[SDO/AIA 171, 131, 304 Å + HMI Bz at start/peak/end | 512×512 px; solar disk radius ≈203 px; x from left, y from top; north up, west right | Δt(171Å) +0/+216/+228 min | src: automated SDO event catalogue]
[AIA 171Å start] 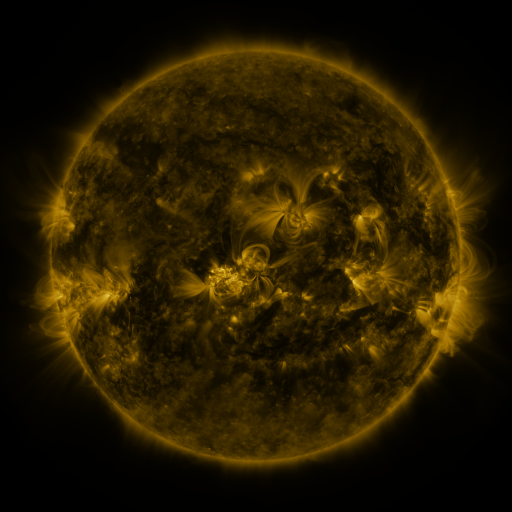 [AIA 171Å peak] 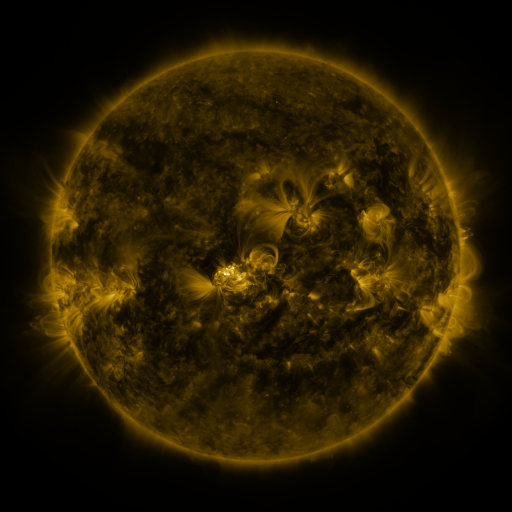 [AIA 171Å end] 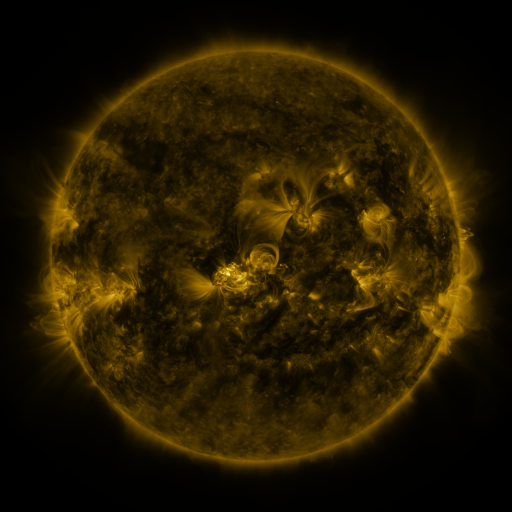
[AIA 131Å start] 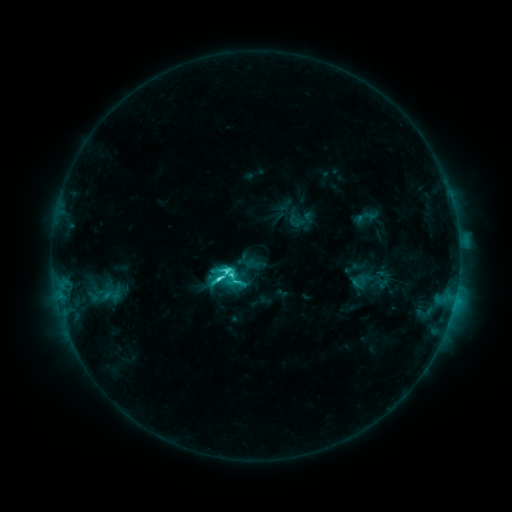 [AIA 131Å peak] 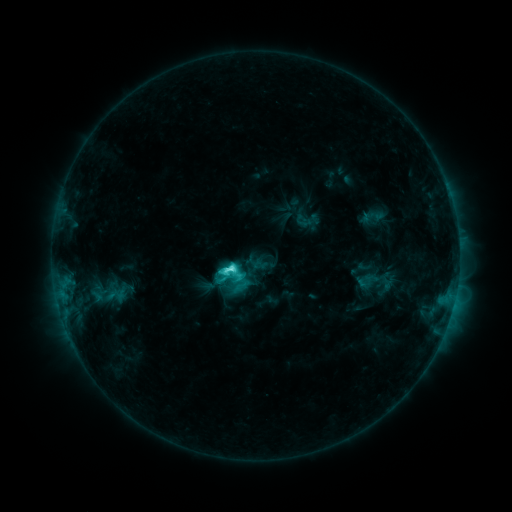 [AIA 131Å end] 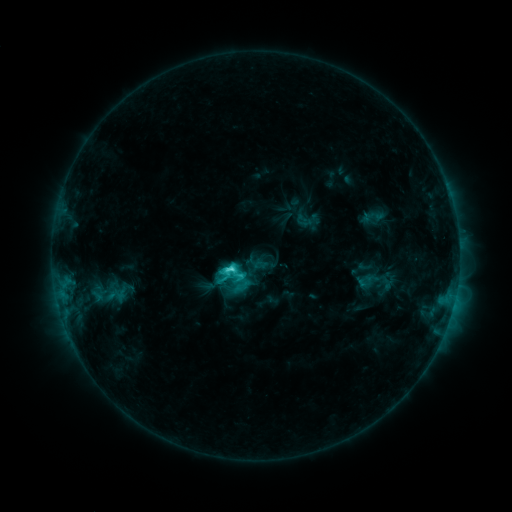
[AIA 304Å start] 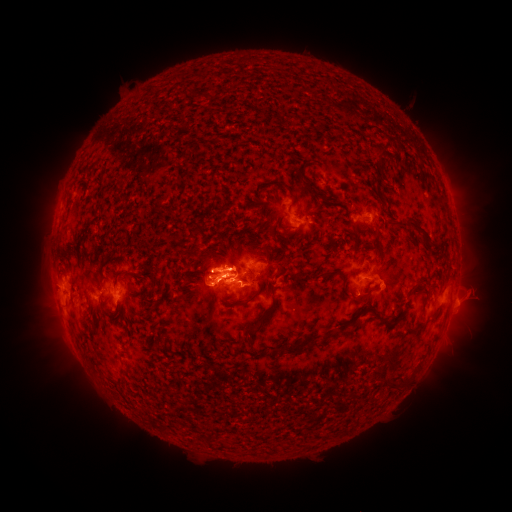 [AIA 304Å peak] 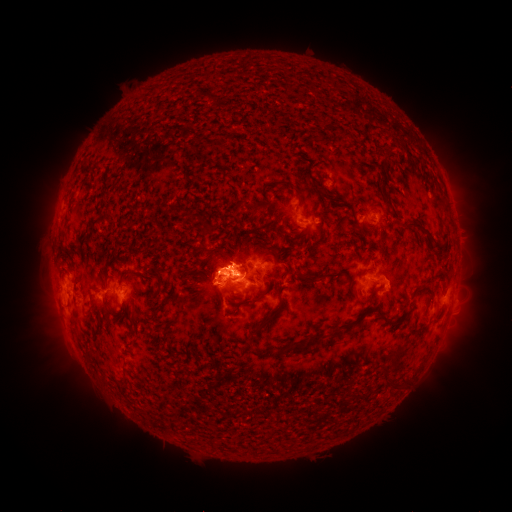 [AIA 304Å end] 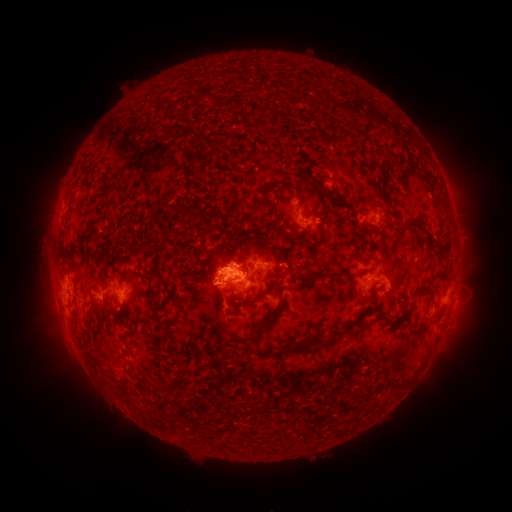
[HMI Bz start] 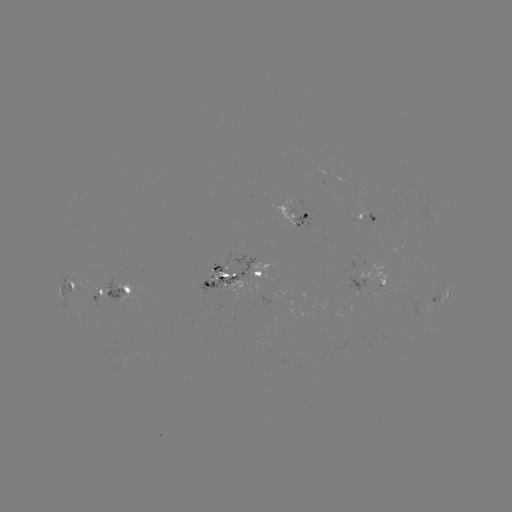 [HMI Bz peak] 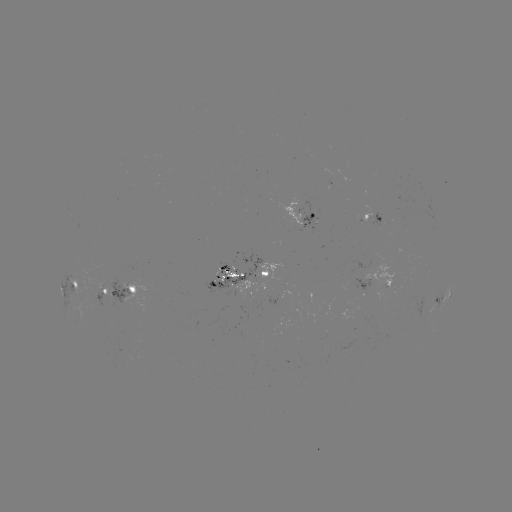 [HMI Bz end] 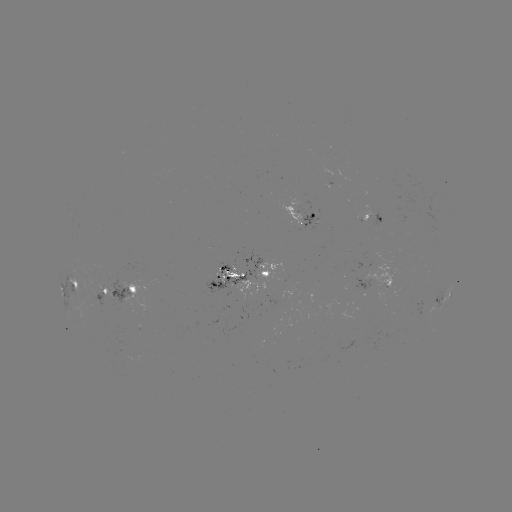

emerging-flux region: [219, 271, 242, 283]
